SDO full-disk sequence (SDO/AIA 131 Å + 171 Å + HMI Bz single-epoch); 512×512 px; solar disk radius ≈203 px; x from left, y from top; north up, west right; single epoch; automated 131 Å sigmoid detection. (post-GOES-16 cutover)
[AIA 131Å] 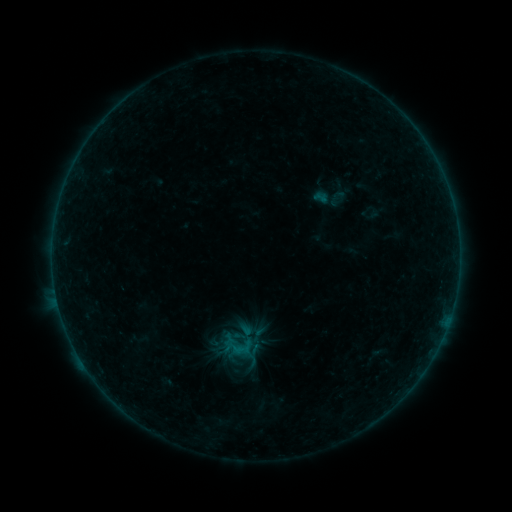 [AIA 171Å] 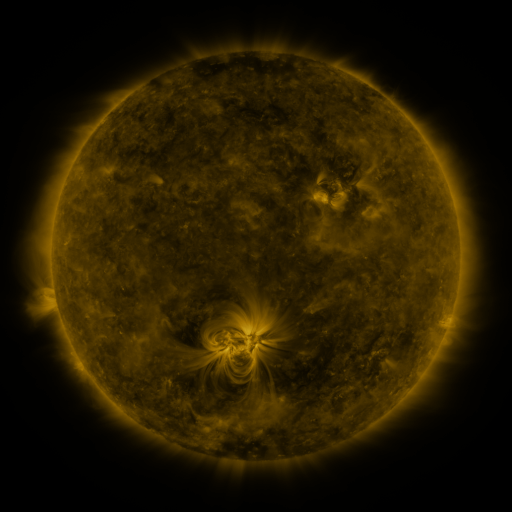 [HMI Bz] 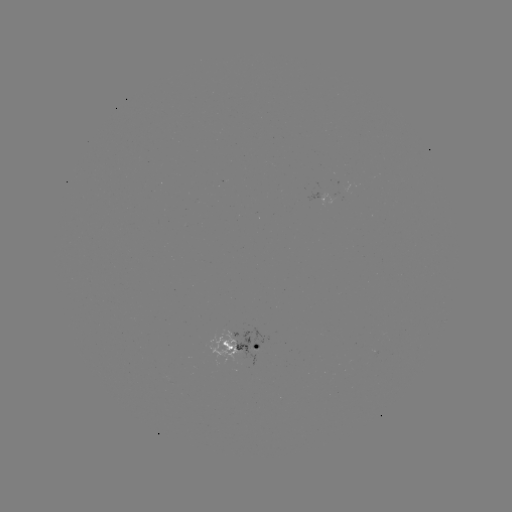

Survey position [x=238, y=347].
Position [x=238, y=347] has sigmoid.